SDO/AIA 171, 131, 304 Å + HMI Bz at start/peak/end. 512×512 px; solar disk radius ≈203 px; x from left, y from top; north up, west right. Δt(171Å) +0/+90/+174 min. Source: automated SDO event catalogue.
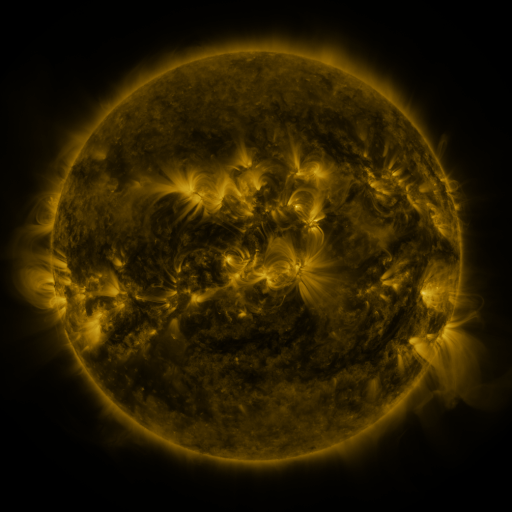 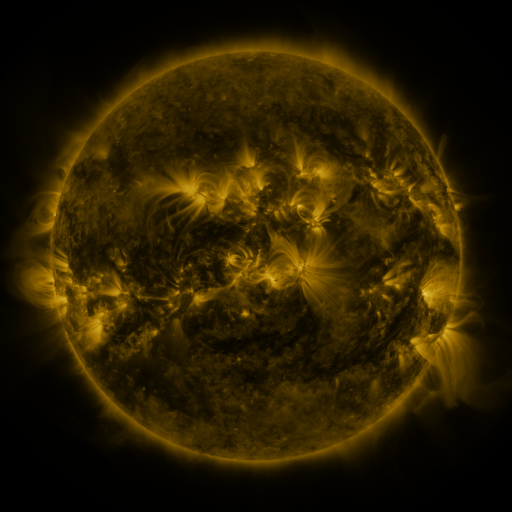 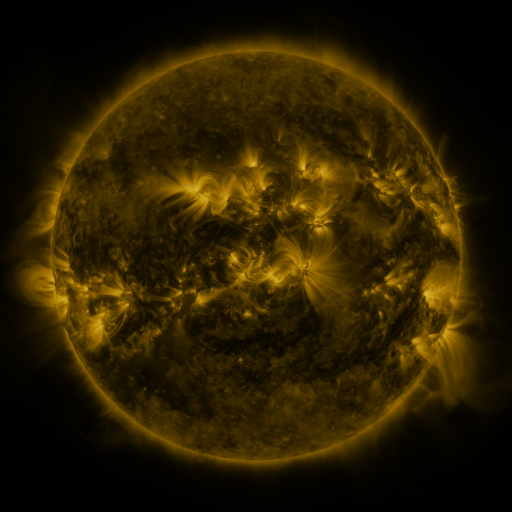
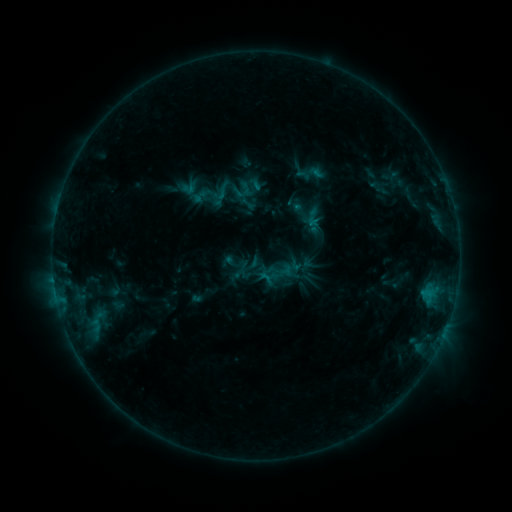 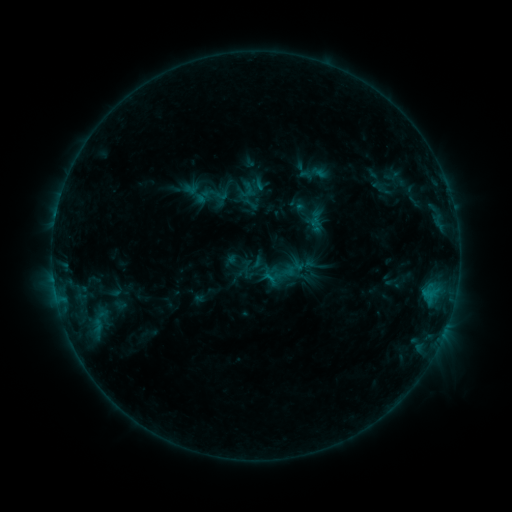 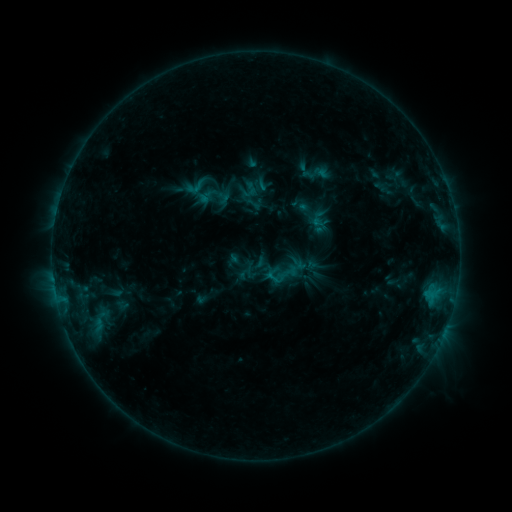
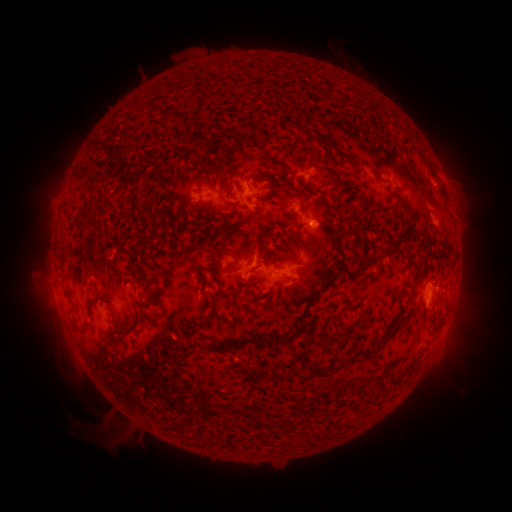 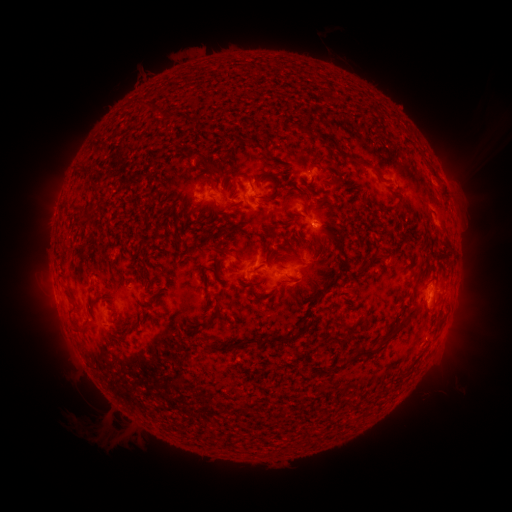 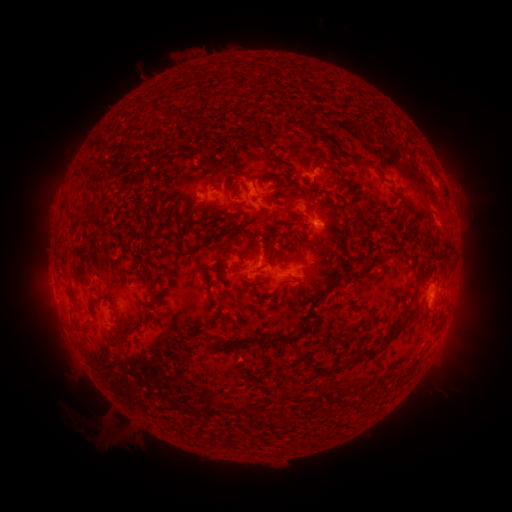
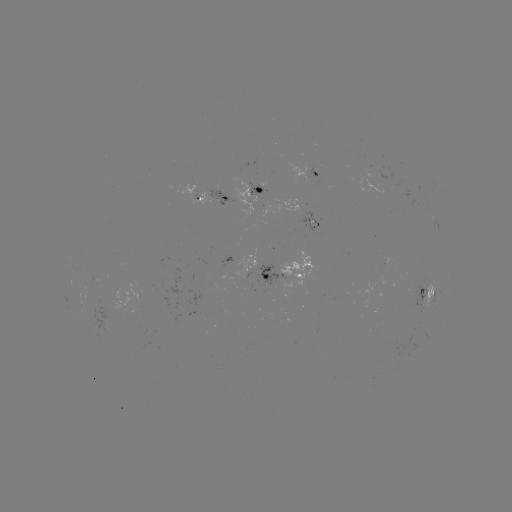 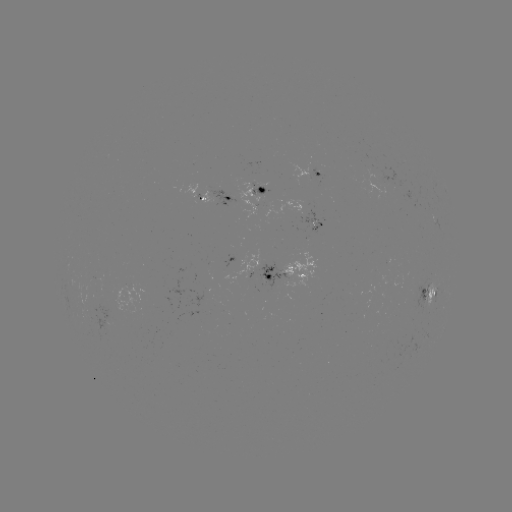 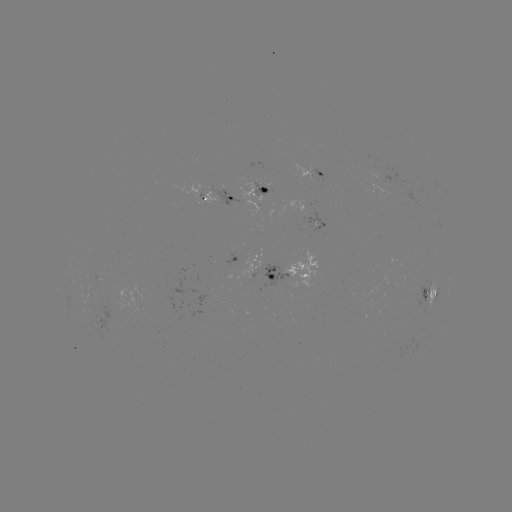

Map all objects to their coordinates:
filament eruption: (463, 201)
